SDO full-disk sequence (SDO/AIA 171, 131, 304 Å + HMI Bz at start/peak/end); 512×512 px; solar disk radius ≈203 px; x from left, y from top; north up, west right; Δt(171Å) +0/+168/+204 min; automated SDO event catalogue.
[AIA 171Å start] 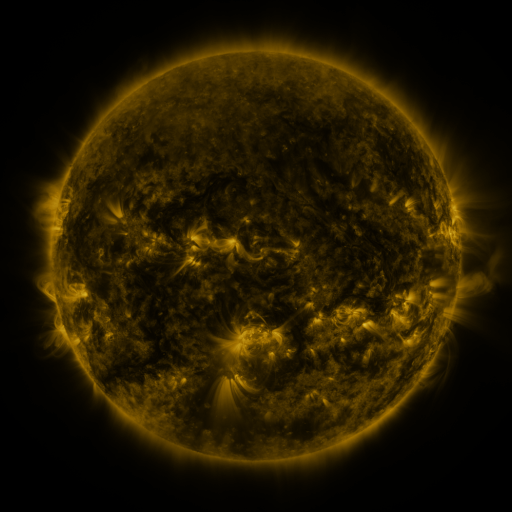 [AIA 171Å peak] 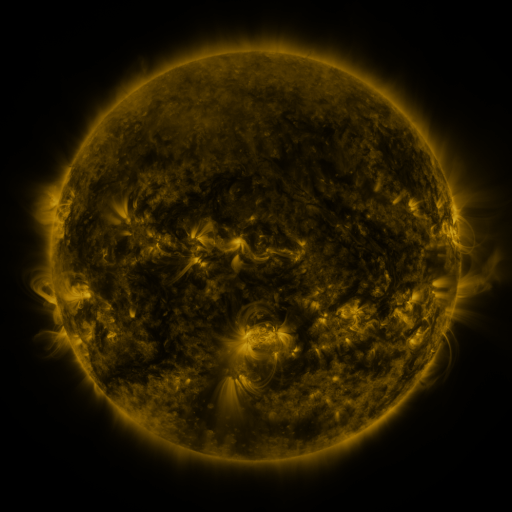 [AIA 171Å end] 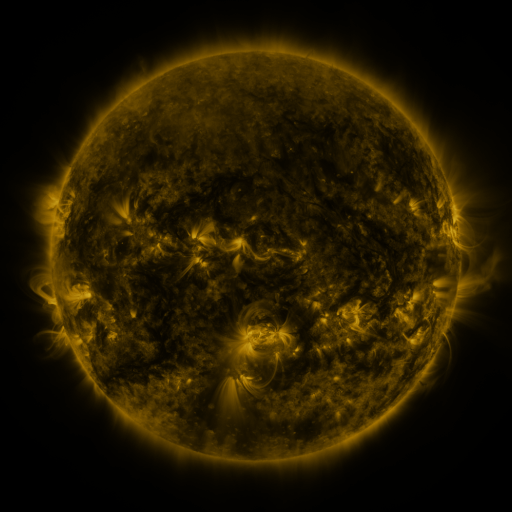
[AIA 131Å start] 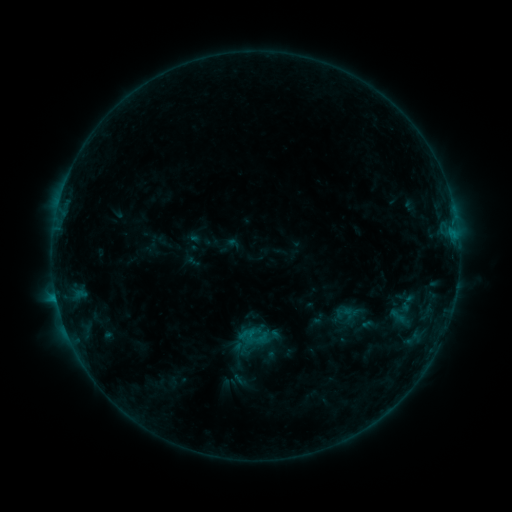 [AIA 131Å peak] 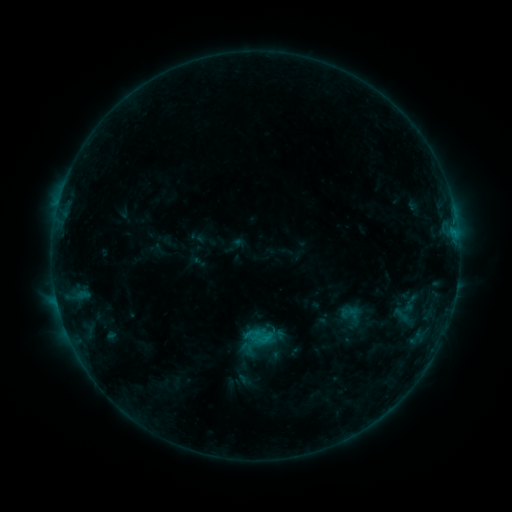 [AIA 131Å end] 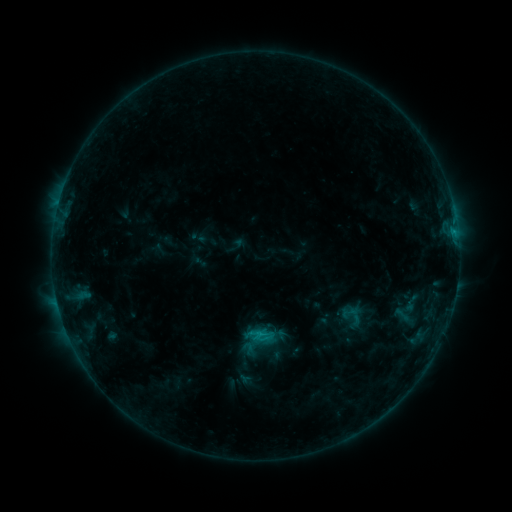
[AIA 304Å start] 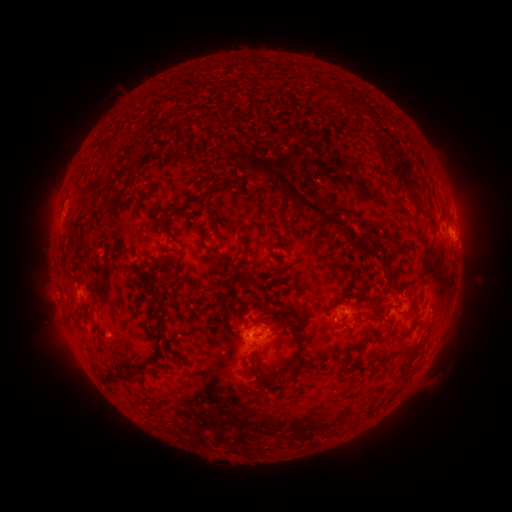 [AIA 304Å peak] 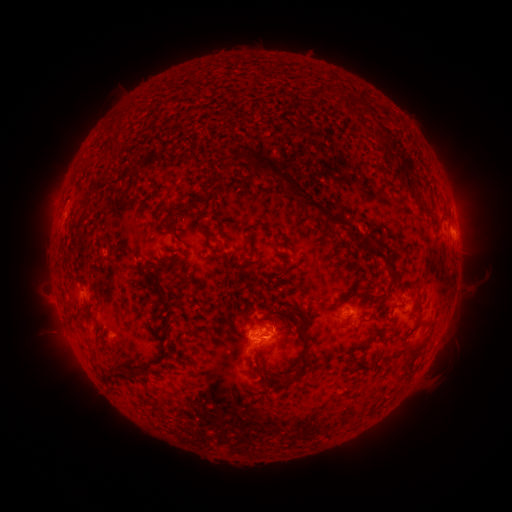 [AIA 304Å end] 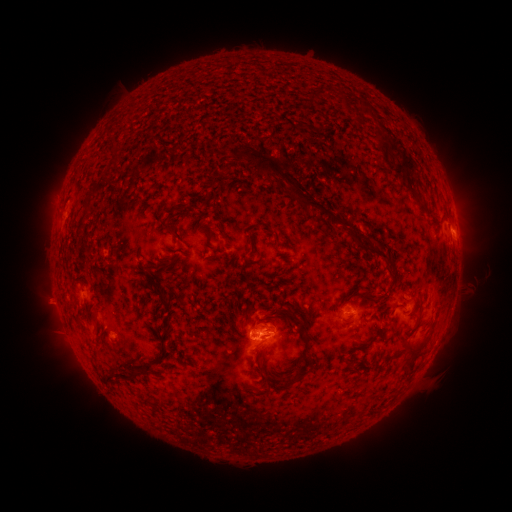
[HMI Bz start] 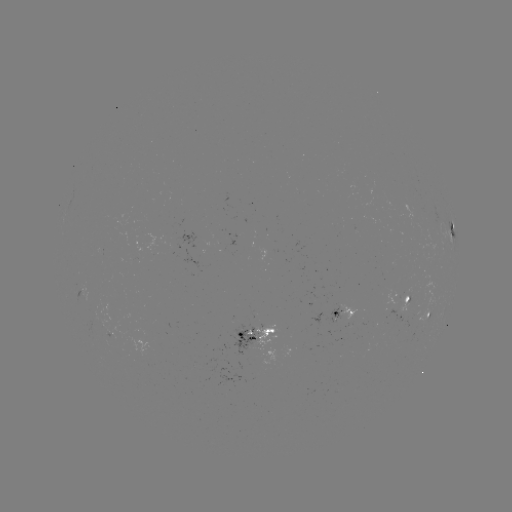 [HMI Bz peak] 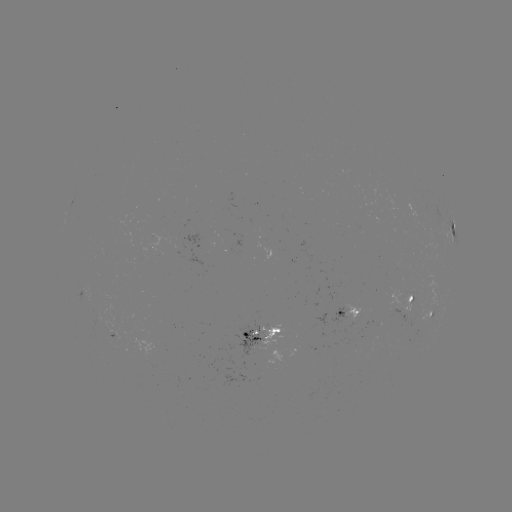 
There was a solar emerging-flux region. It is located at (257, 344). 